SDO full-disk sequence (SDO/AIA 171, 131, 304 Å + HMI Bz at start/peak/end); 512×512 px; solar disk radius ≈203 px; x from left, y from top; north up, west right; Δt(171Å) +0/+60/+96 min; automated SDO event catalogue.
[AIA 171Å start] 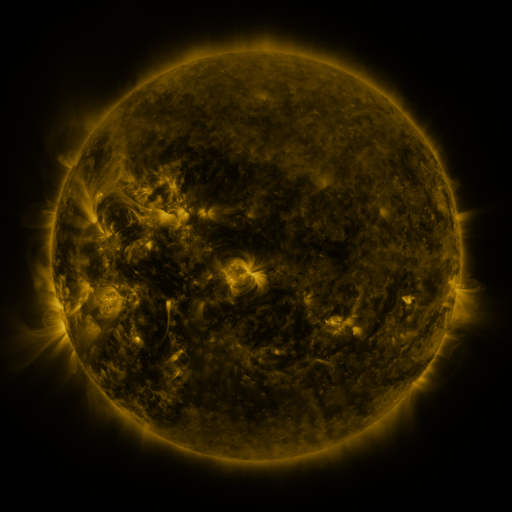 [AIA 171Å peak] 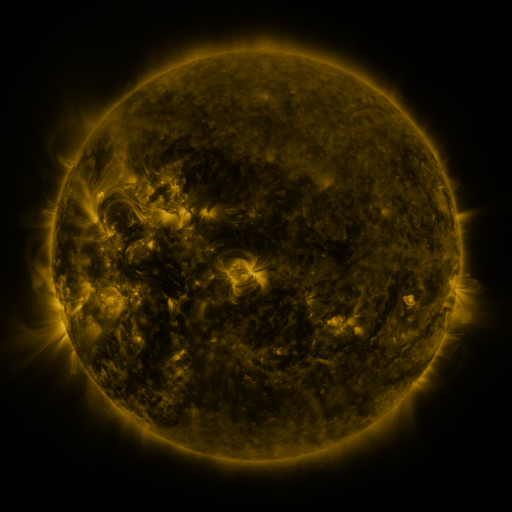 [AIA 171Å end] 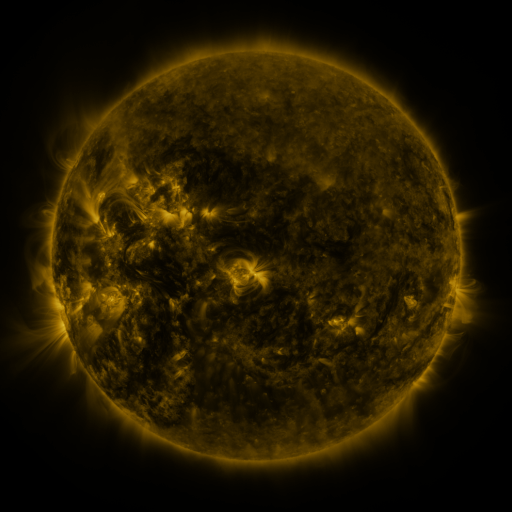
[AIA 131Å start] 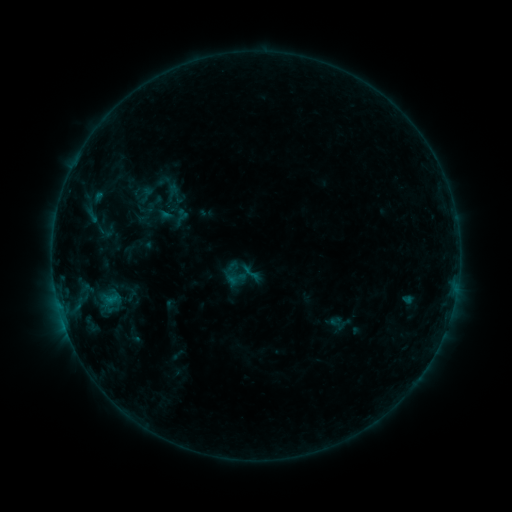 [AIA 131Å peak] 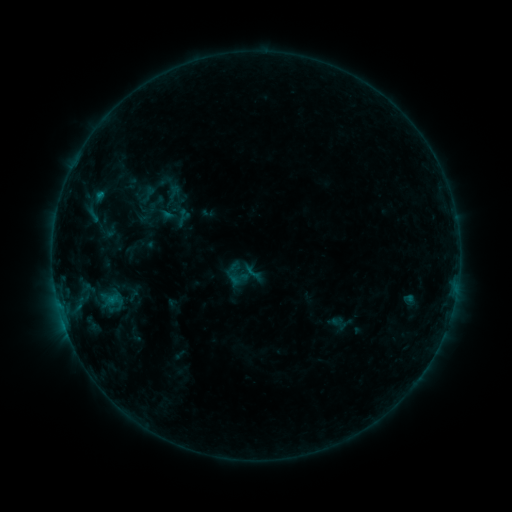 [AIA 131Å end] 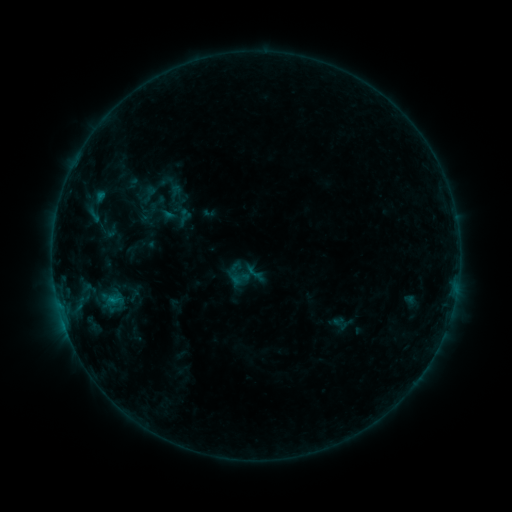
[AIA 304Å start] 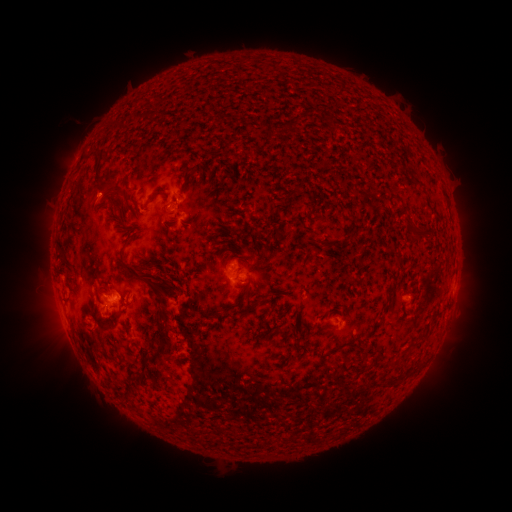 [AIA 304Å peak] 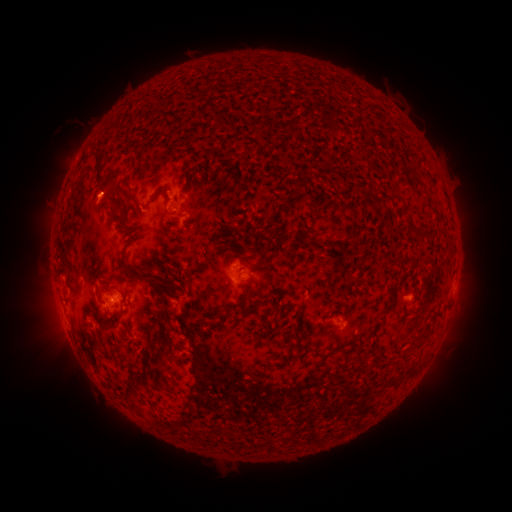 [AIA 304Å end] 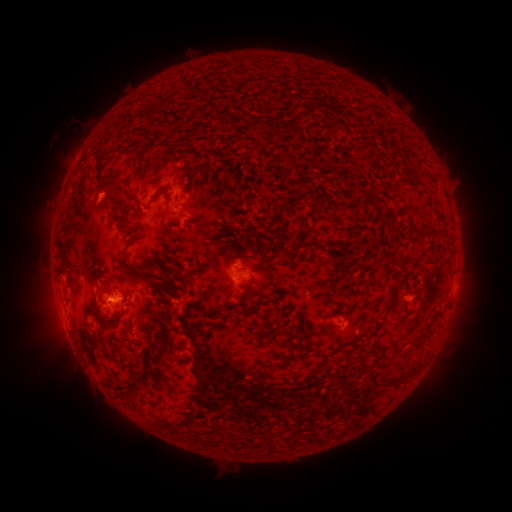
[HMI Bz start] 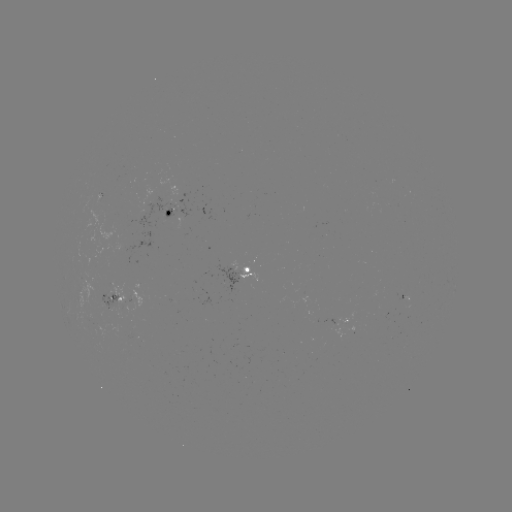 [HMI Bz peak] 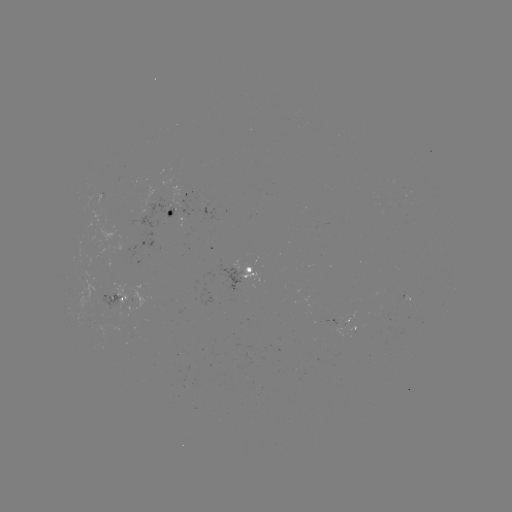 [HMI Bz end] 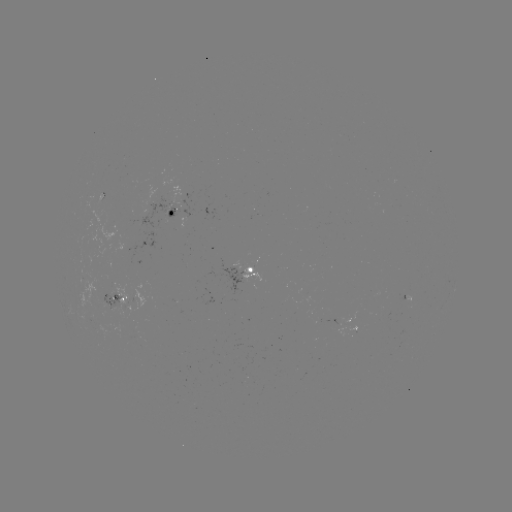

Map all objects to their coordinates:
emerging-flux region: (104, 299)
